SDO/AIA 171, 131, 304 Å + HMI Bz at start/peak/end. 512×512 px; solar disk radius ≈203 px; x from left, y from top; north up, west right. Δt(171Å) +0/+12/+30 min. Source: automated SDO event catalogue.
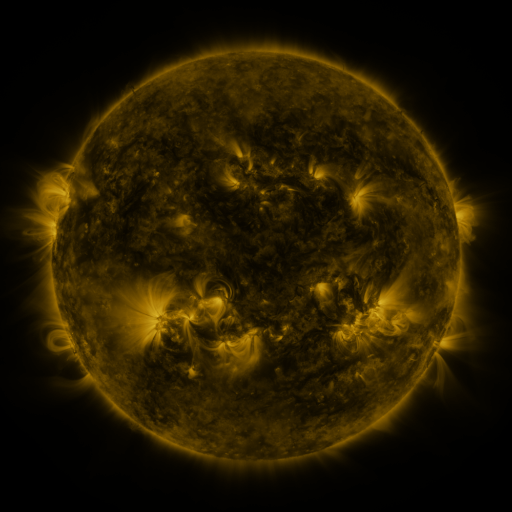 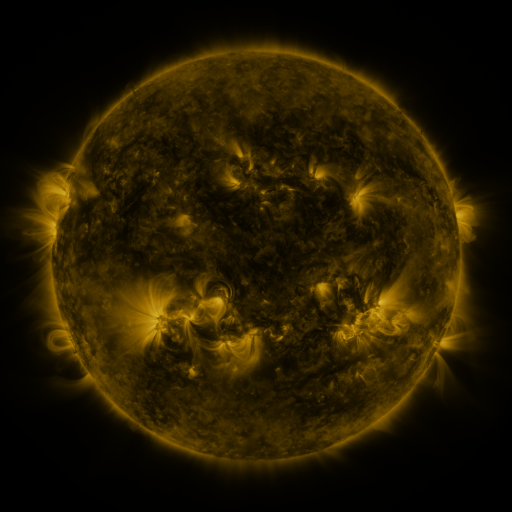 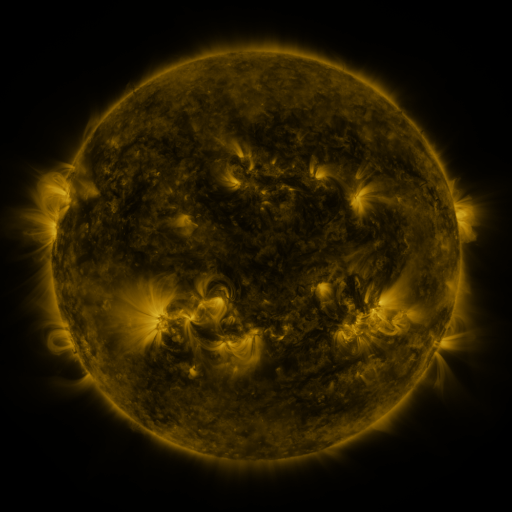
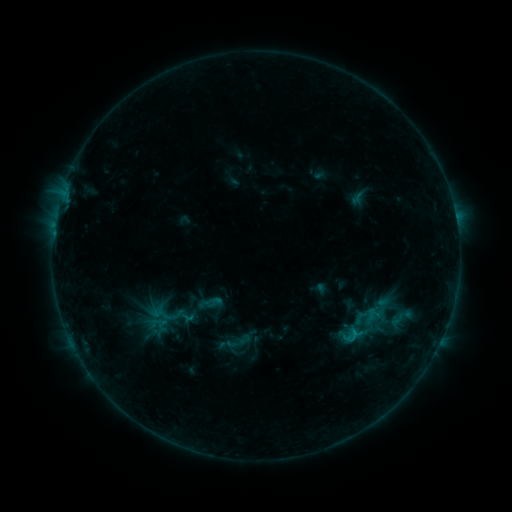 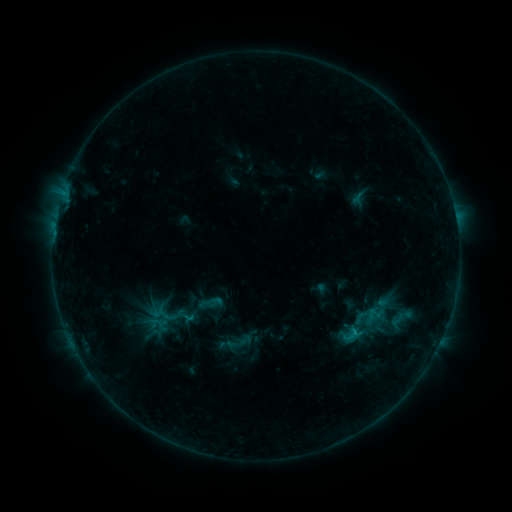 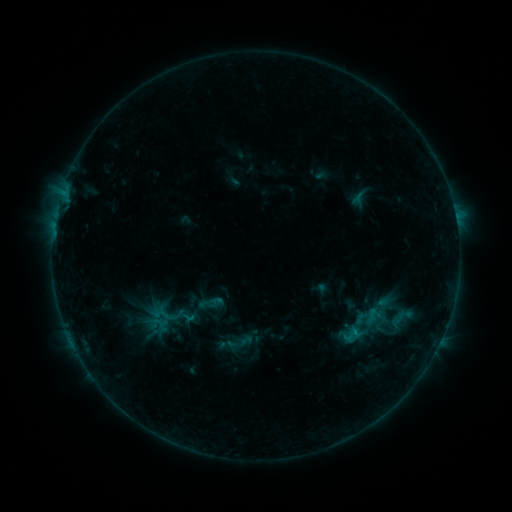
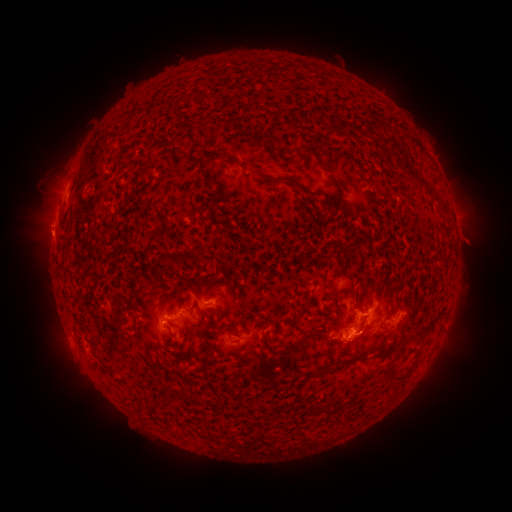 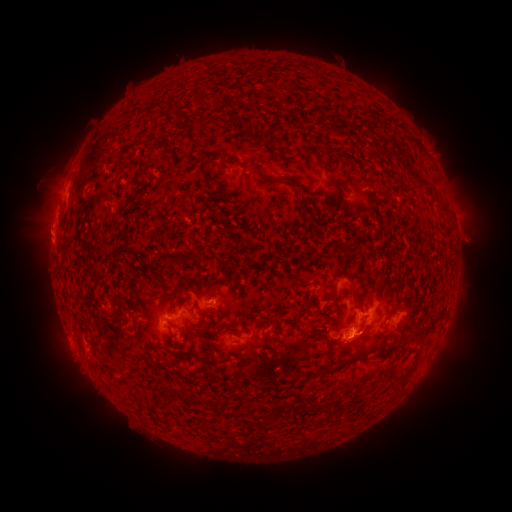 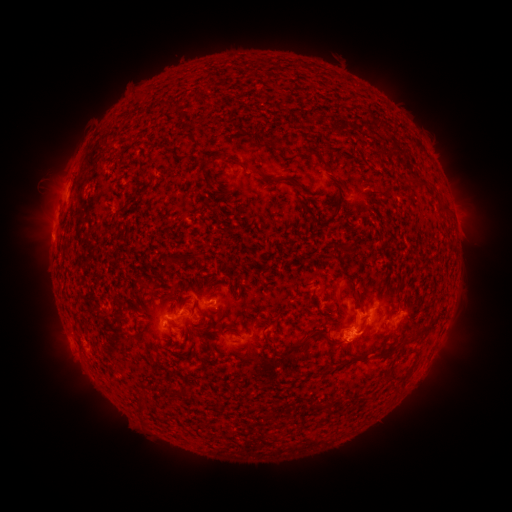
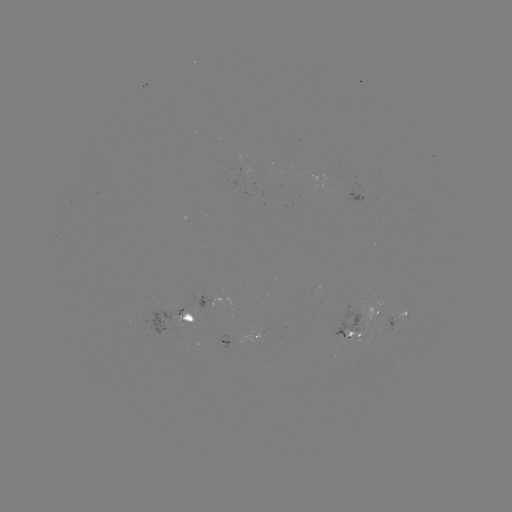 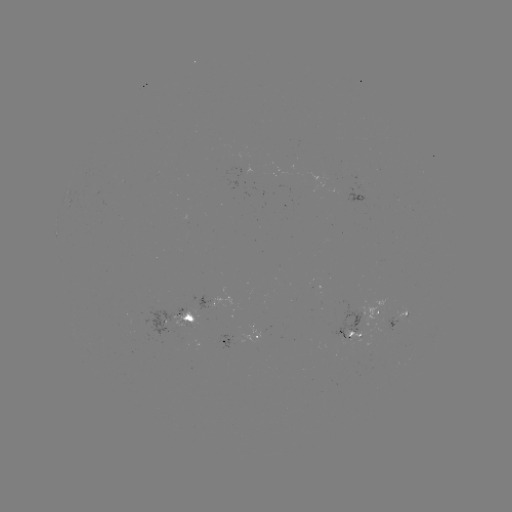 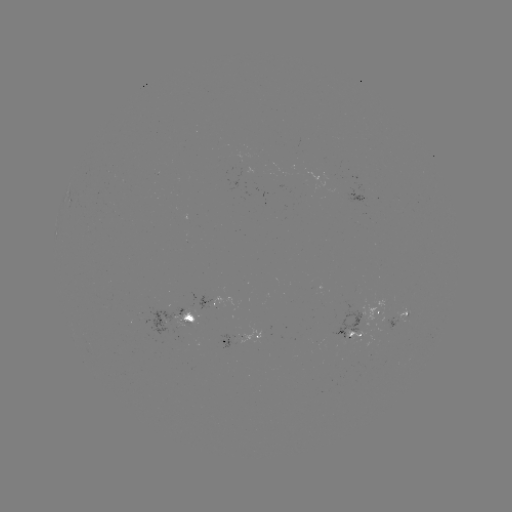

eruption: (22, 214, 71, 260)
